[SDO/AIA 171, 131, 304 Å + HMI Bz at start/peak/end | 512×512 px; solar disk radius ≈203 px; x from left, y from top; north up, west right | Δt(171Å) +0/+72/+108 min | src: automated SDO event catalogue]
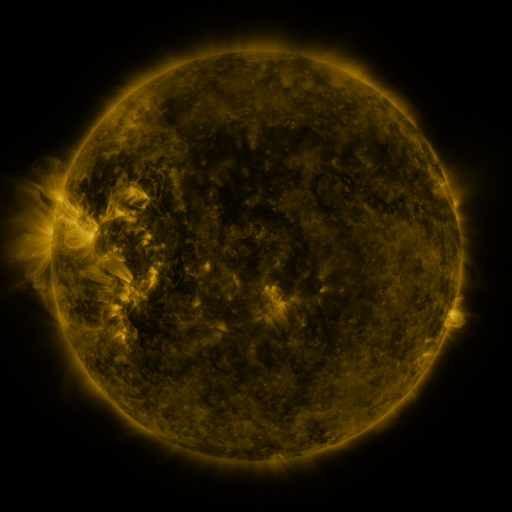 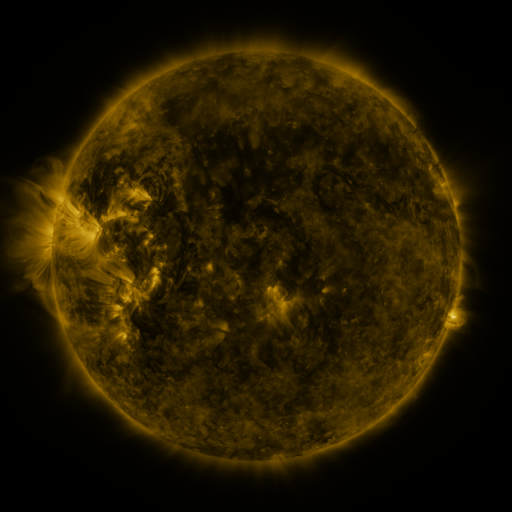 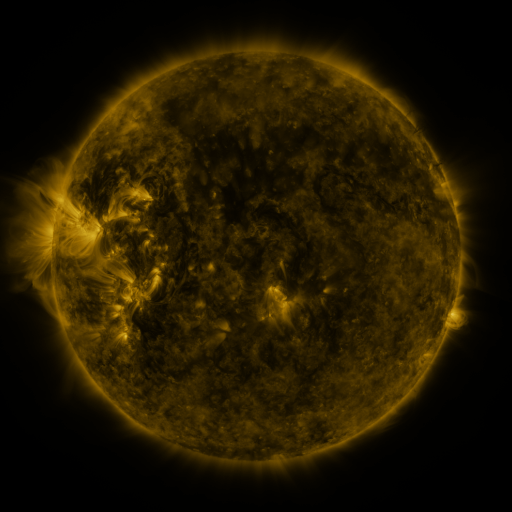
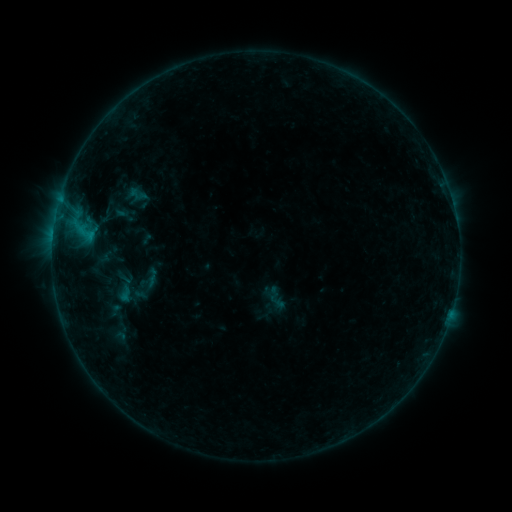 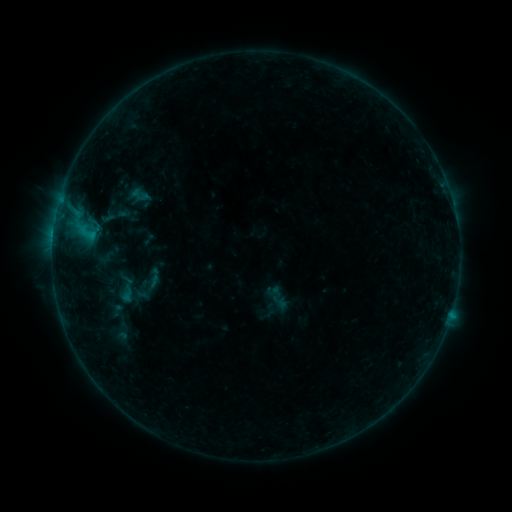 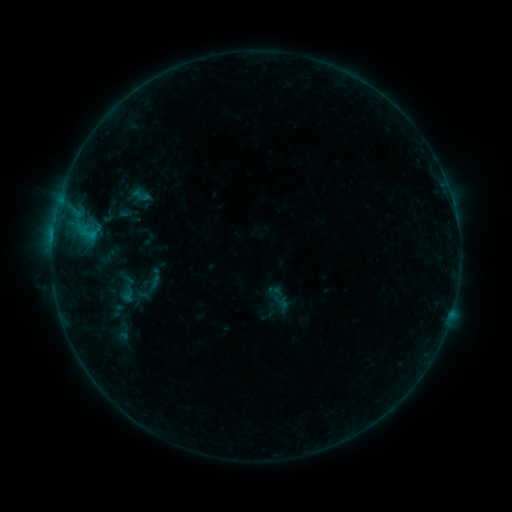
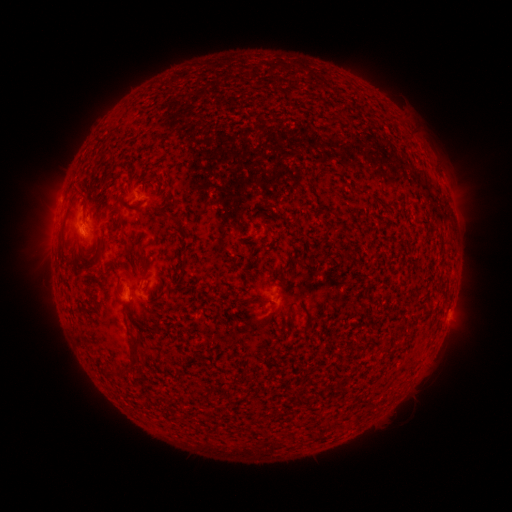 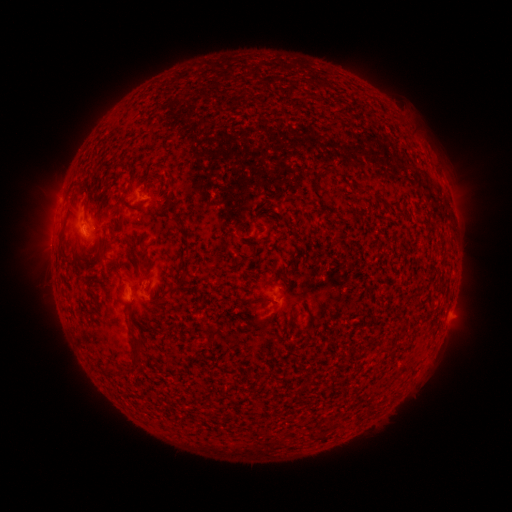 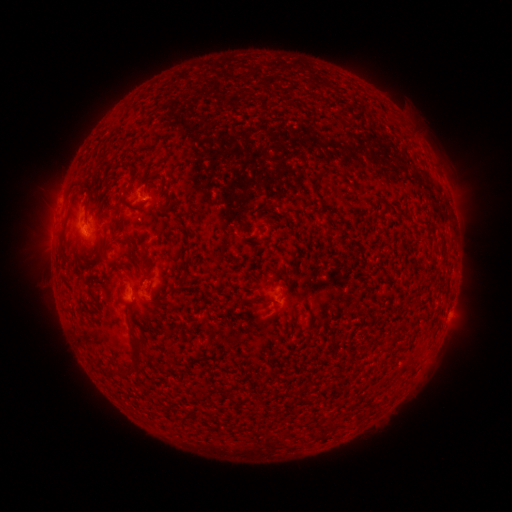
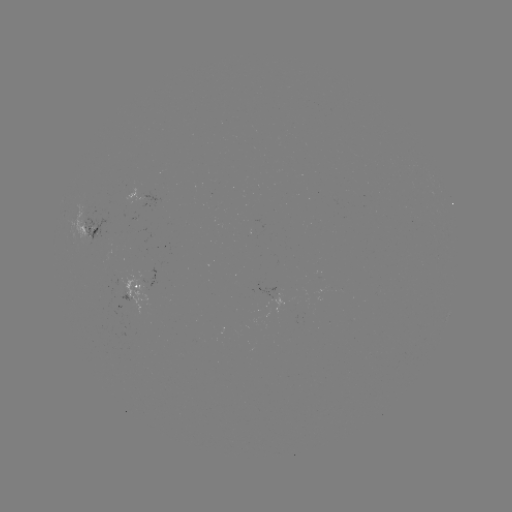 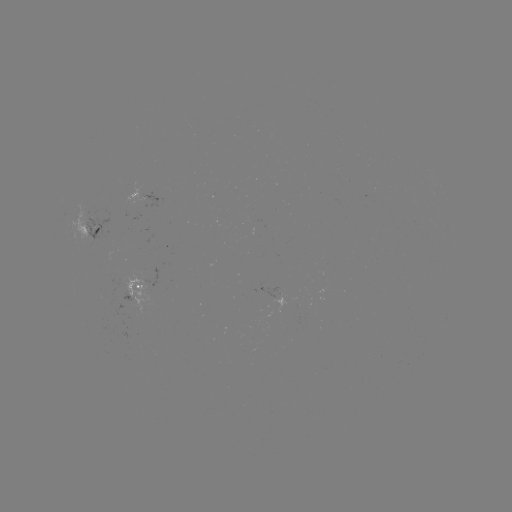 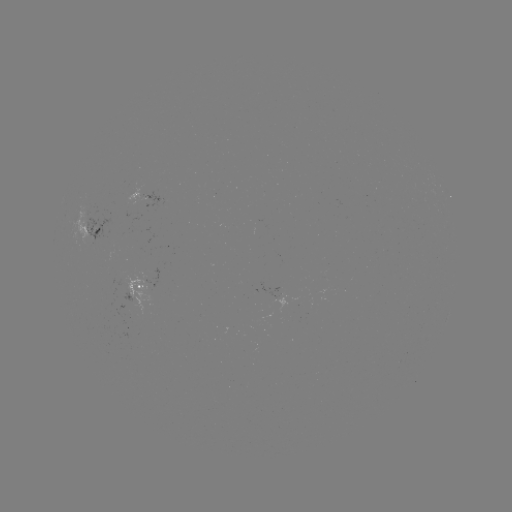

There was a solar emerging-flux region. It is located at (142, 197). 